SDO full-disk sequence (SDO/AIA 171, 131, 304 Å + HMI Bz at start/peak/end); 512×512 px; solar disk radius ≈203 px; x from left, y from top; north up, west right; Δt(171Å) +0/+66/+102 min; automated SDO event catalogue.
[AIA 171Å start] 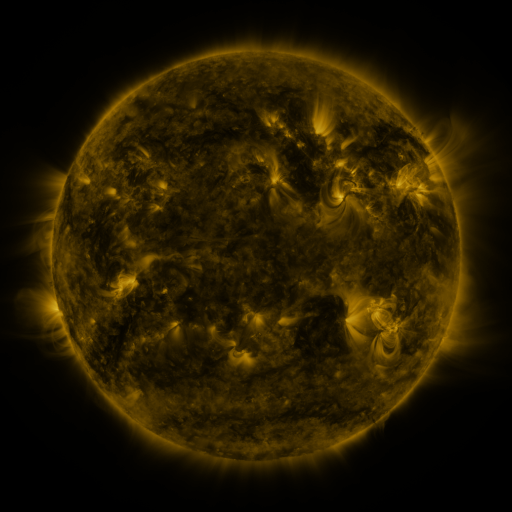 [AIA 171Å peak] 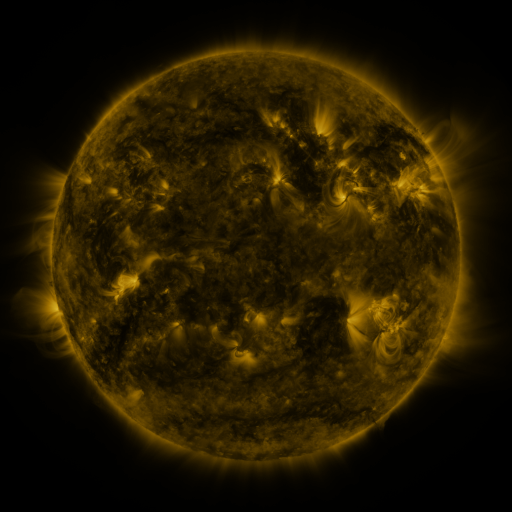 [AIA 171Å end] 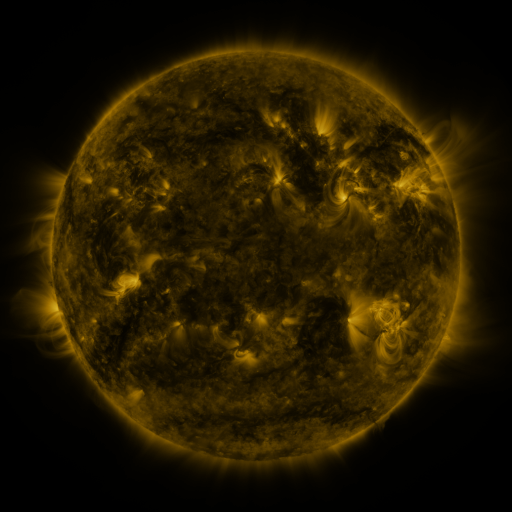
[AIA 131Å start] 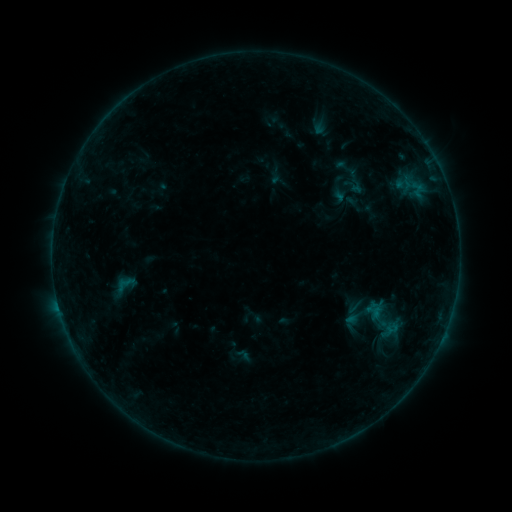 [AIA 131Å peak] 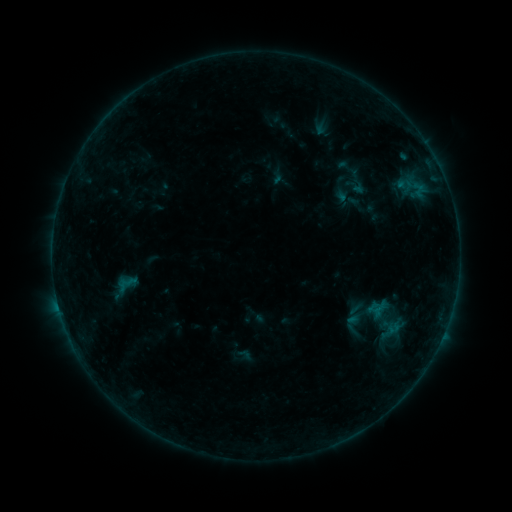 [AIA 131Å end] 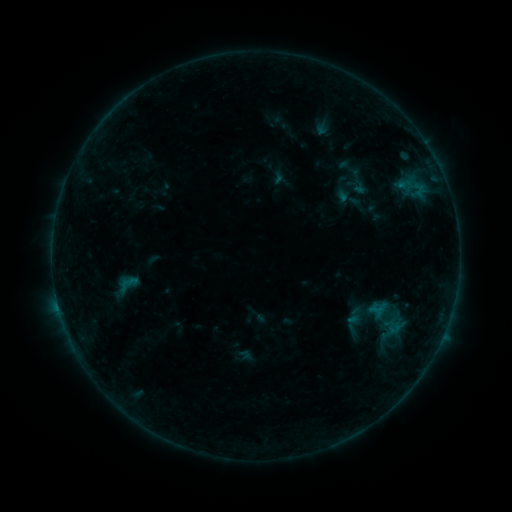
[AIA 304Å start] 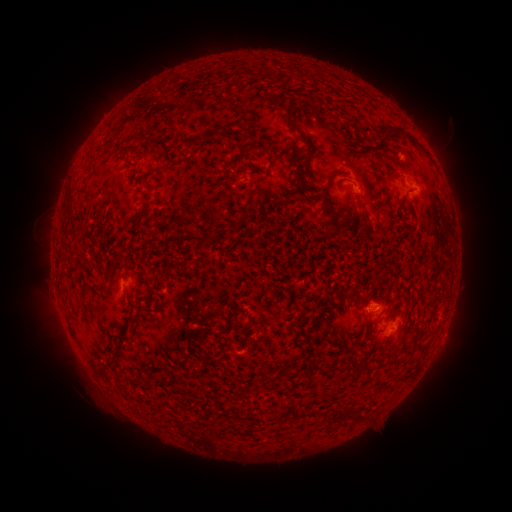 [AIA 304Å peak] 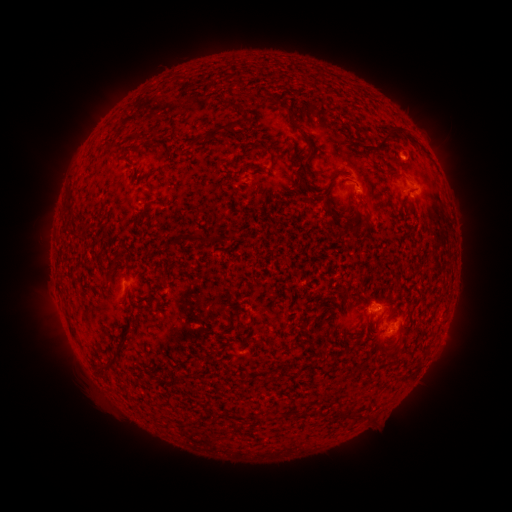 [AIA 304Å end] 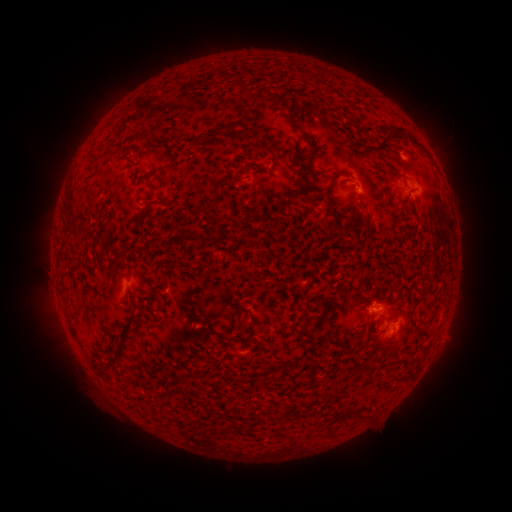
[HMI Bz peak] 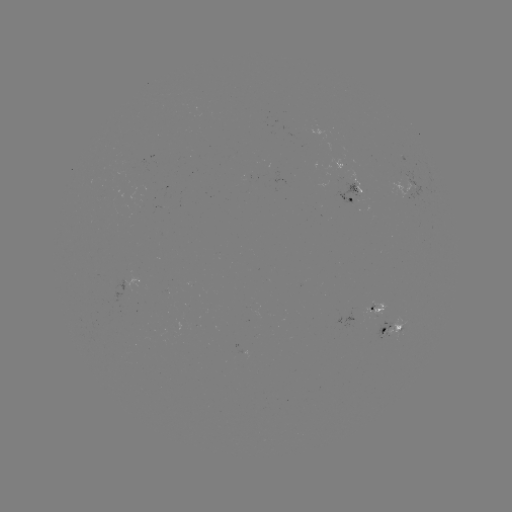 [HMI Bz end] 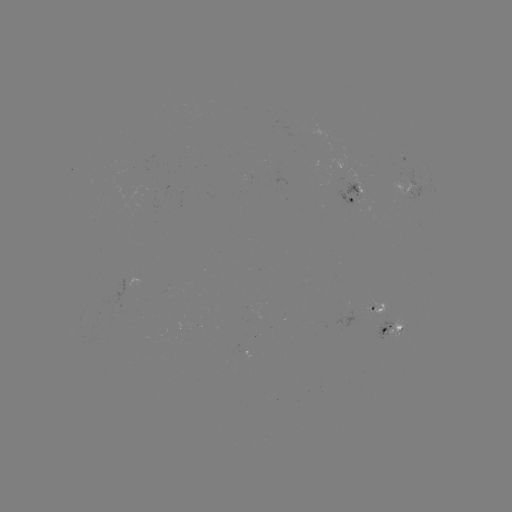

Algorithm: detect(emerging-flux region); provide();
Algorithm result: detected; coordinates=[399, 176]